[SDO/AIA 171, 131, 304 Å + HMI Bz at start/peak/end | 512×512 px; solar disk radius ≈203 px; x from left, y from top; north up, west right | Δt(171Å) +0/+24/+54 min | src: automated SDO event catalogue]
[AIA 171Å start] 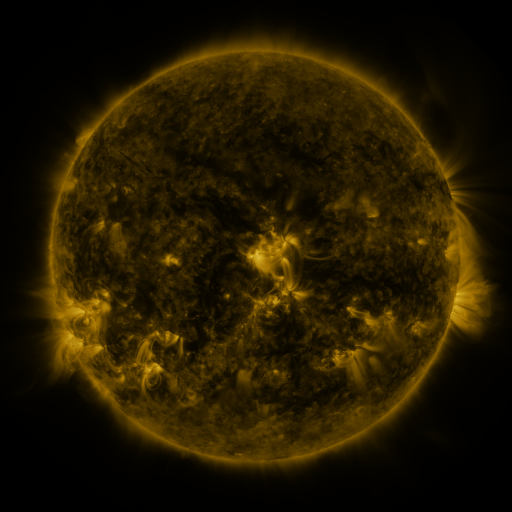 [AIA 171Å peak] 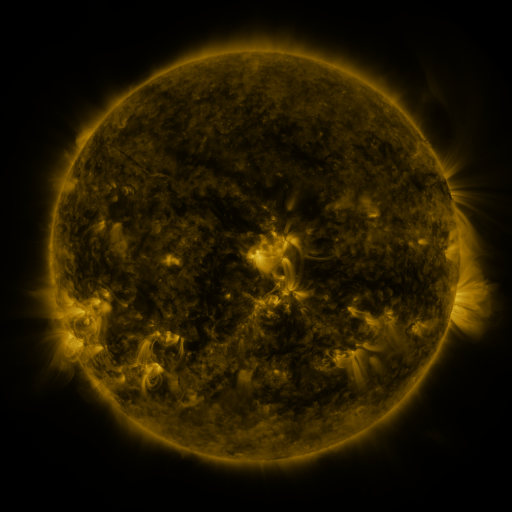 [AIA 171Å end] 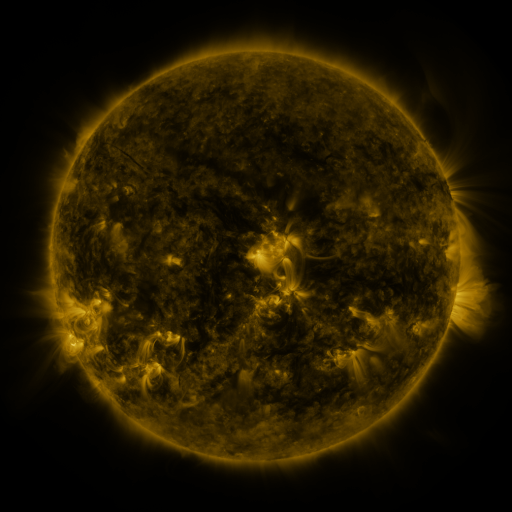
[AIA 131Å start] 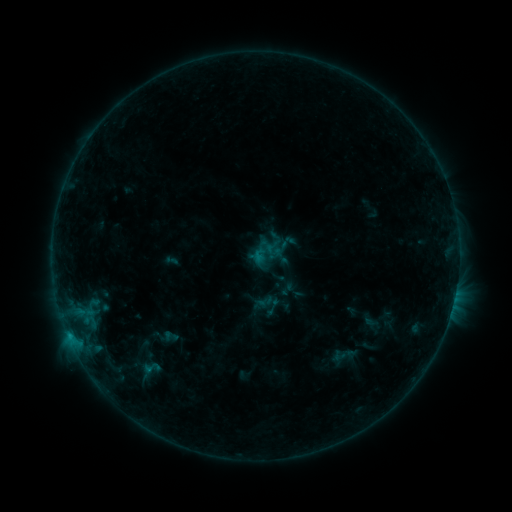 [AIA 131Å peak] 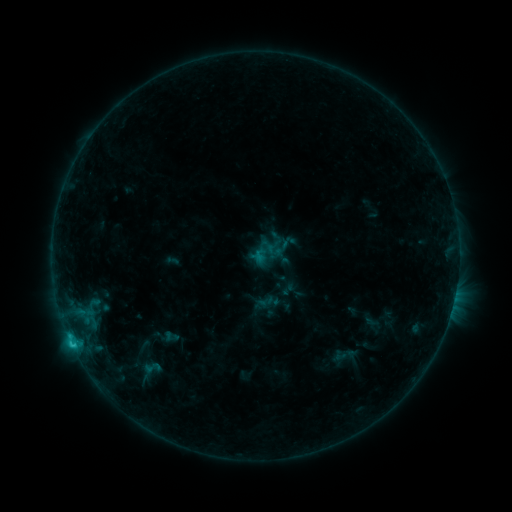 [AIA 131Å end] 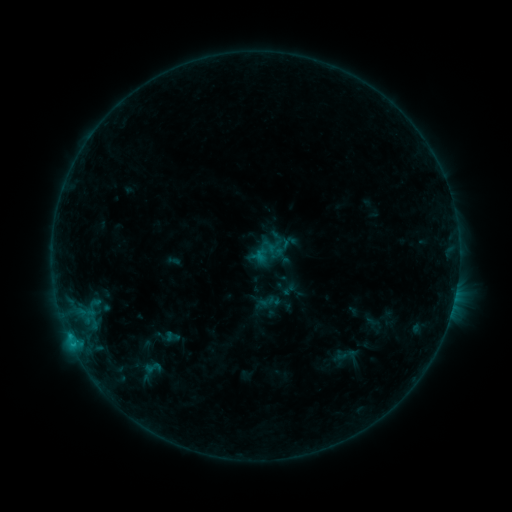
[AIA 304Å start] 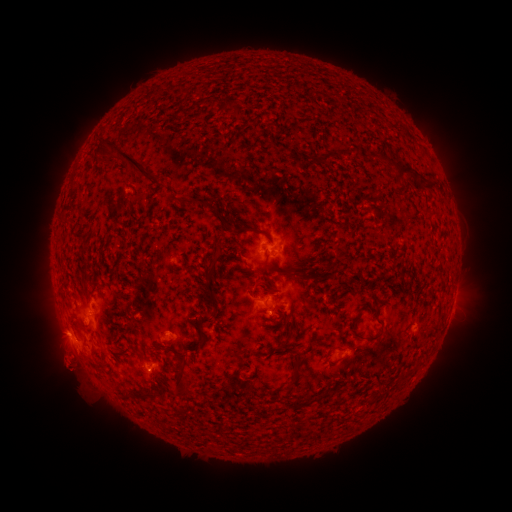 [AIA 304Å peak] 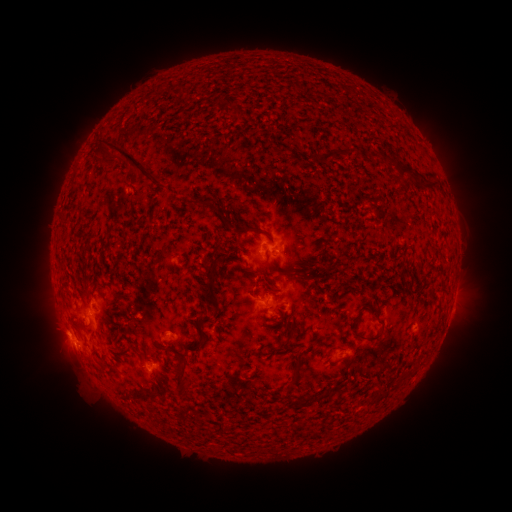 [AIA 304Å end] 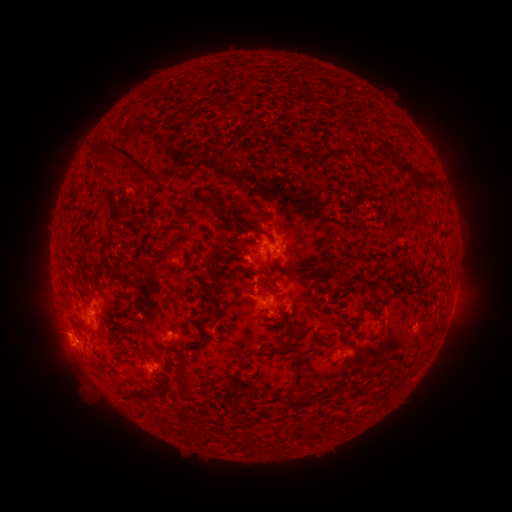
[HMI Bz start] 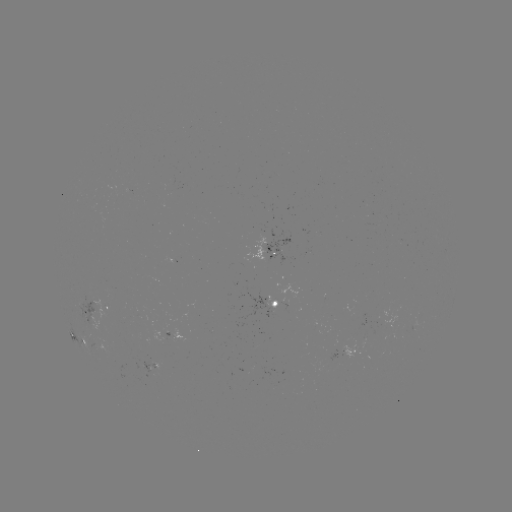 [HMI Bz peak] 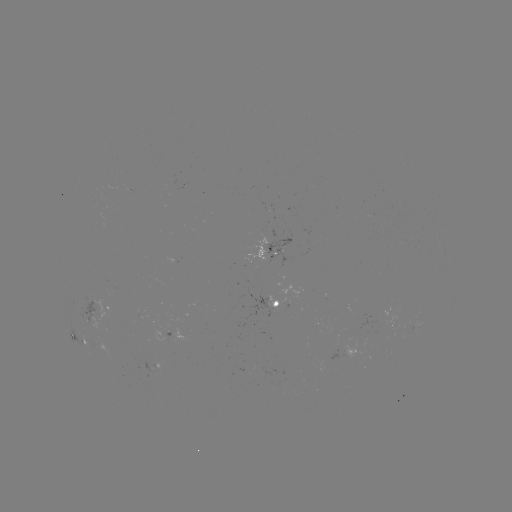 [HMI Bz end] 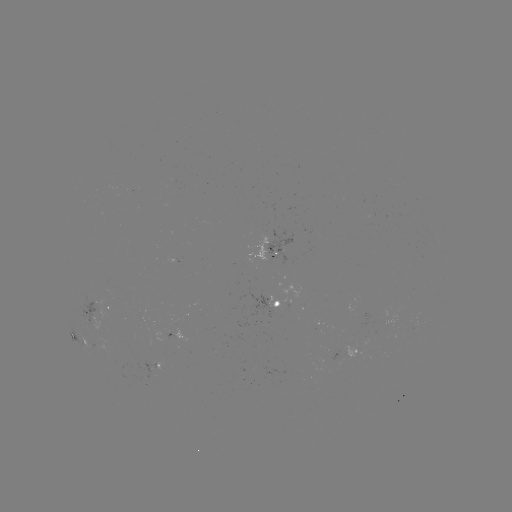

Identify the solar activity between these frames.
C1.1 flare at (72, 342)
